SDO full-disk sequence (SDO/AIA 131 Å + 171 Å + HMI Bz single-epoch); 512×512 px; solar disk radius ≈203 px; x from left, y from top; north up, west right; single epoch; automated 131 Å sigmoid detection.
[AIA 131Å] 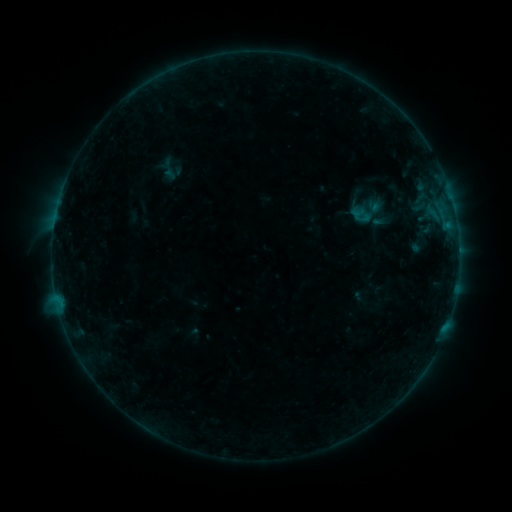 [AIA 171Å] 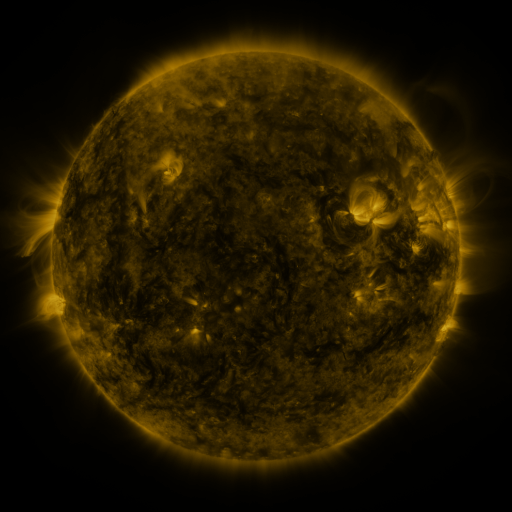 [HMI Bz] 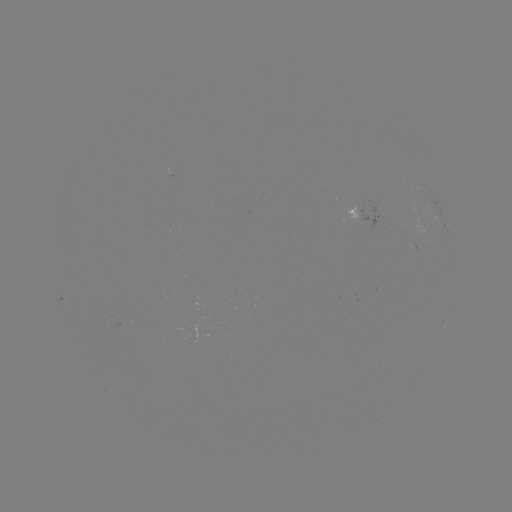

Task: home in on sigmoid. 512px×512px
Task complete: (368, 211).